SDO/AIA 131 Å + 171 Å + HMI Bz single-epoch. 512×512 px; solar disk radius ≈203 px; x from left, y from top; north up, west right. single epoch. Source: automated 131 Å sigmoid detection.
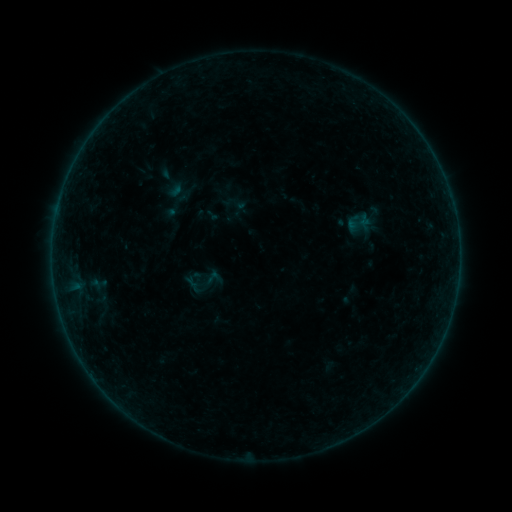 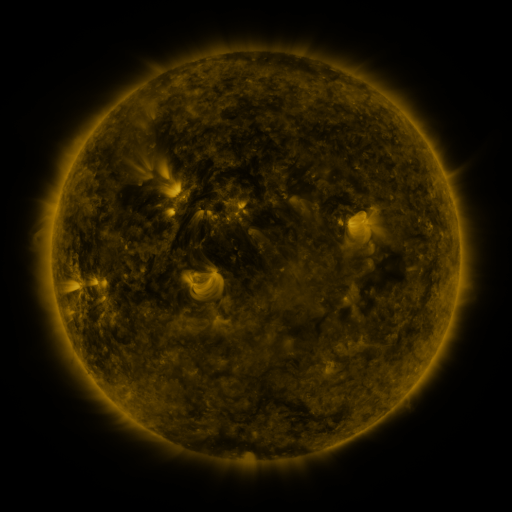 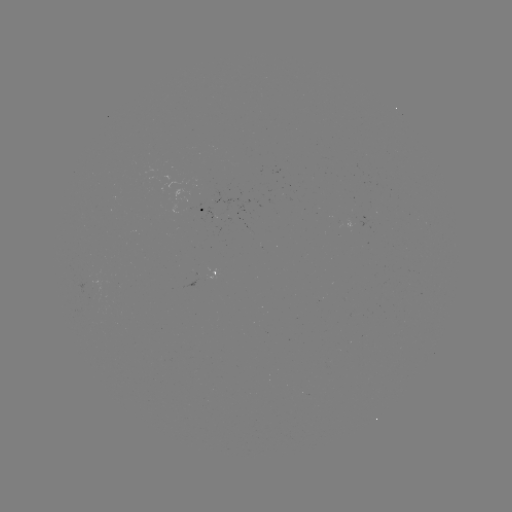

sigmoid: <bbox>188, 271, 208, 289</bbox>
